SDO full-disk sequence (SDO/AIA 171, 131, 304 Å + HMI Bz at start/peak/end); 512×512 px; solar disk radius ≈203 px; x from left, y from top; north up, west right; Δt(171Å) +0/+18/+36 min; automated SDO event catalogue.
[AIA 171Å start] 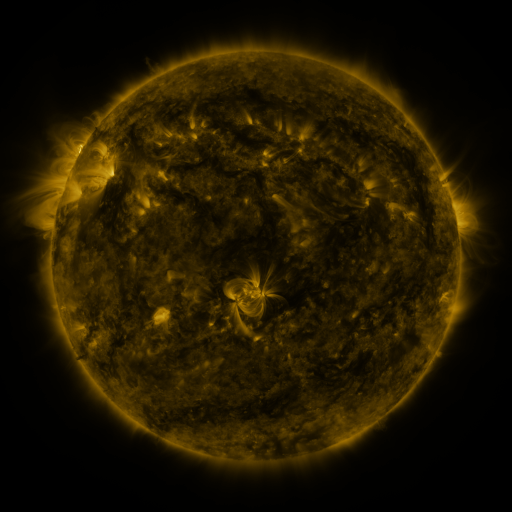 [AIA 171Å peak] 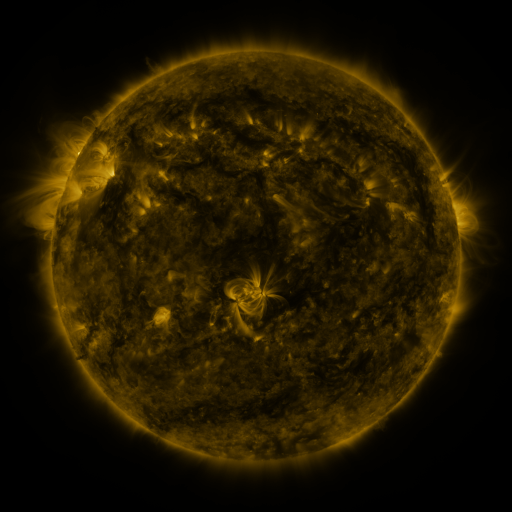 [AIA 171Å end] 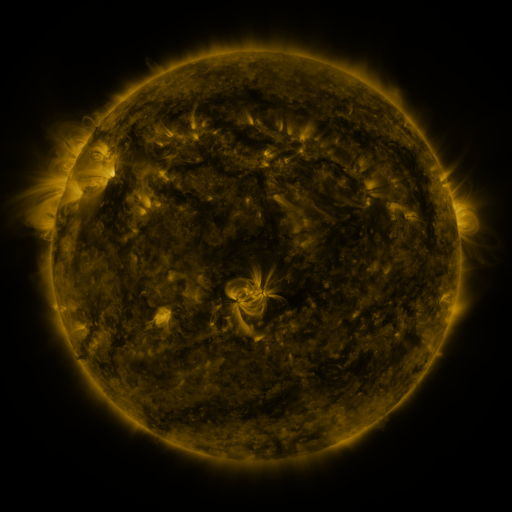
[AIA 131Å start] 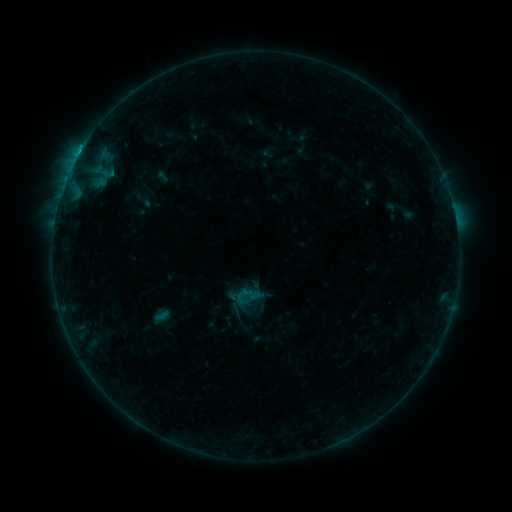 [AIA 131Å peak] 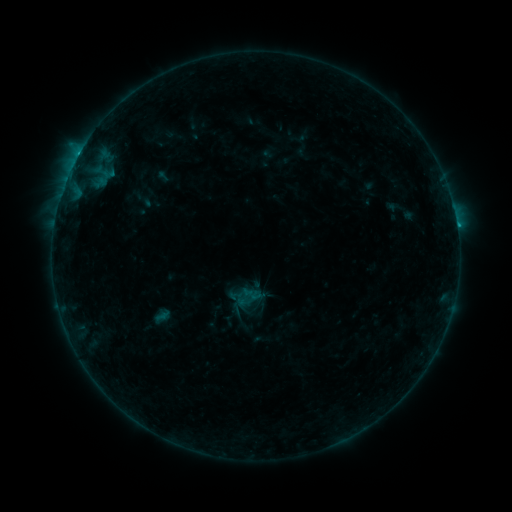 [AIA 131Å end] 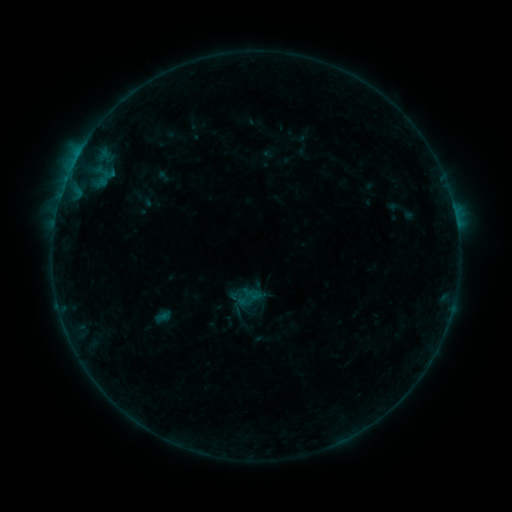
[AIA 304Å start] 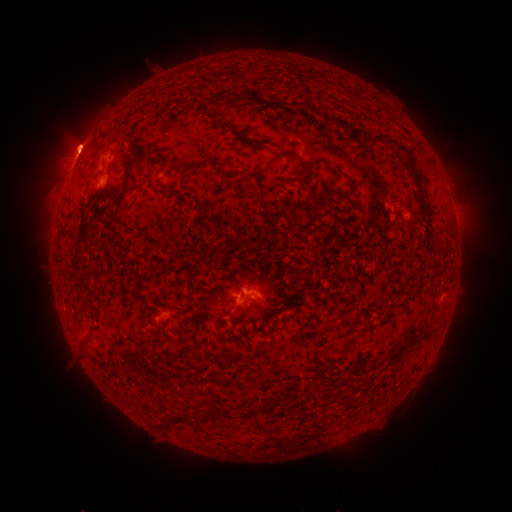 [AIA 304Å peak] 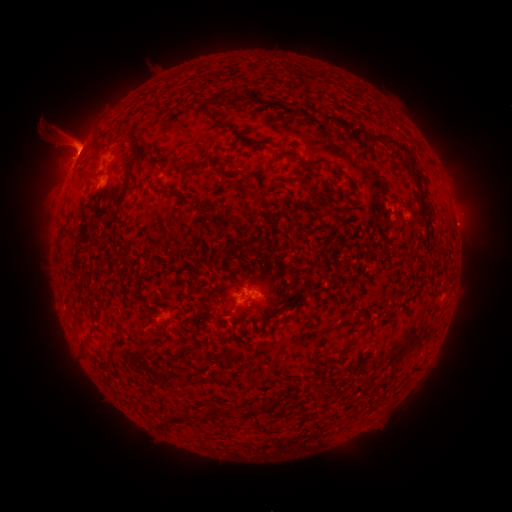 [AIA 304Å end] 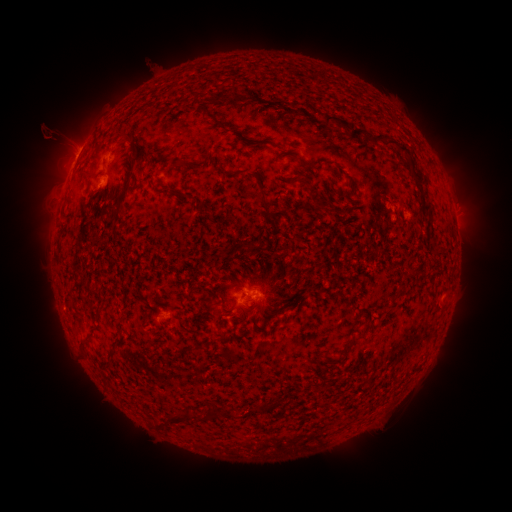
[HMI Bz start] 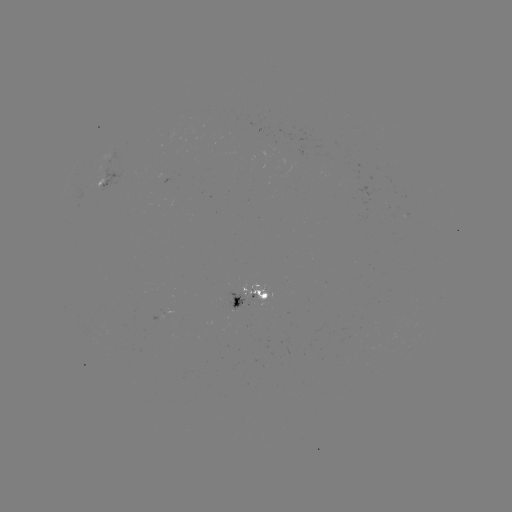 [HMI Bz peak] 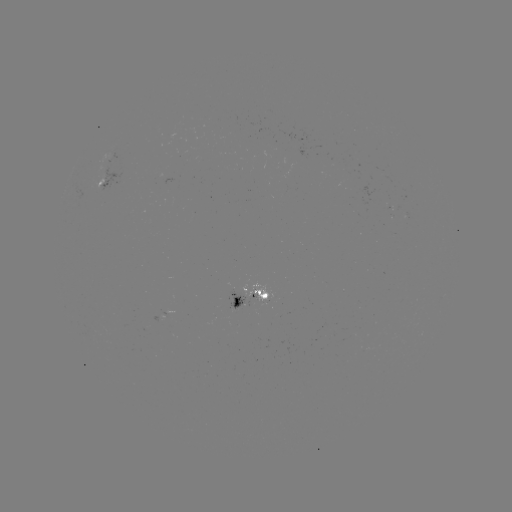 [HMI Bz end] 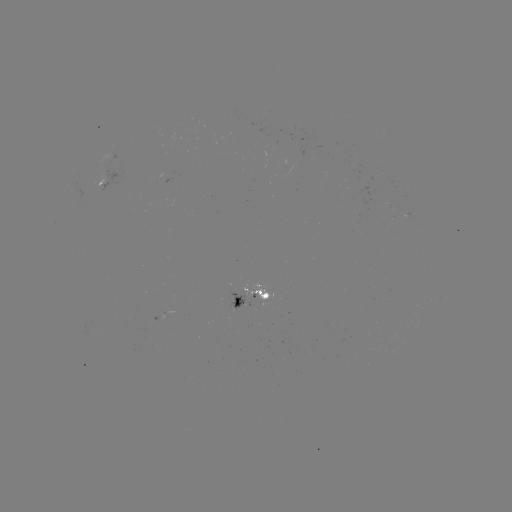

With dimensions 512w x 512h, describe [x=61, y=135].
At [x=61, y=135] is eruption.